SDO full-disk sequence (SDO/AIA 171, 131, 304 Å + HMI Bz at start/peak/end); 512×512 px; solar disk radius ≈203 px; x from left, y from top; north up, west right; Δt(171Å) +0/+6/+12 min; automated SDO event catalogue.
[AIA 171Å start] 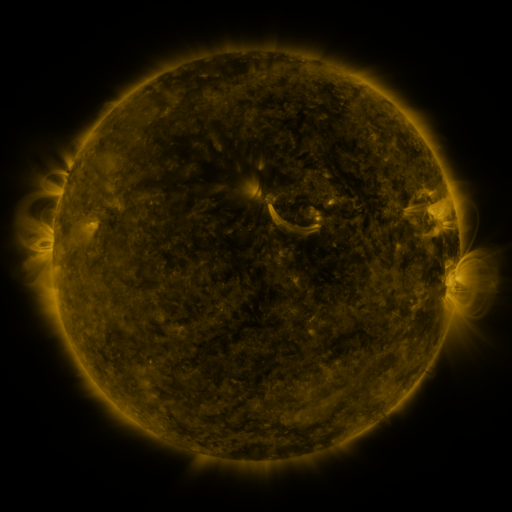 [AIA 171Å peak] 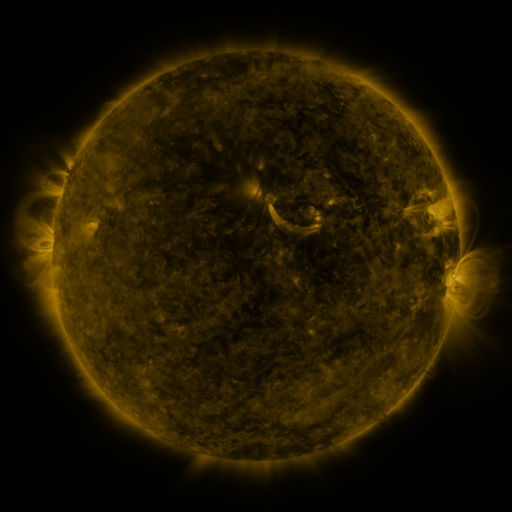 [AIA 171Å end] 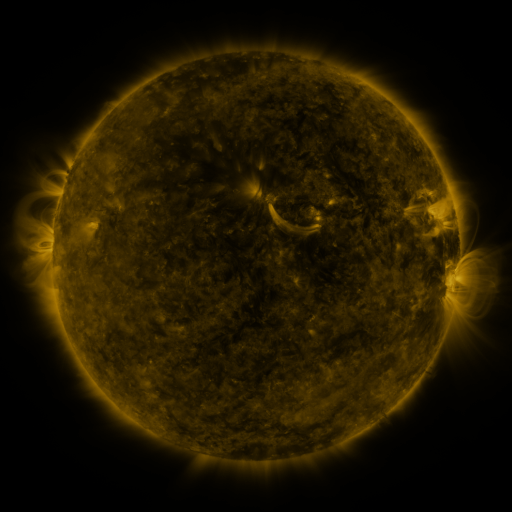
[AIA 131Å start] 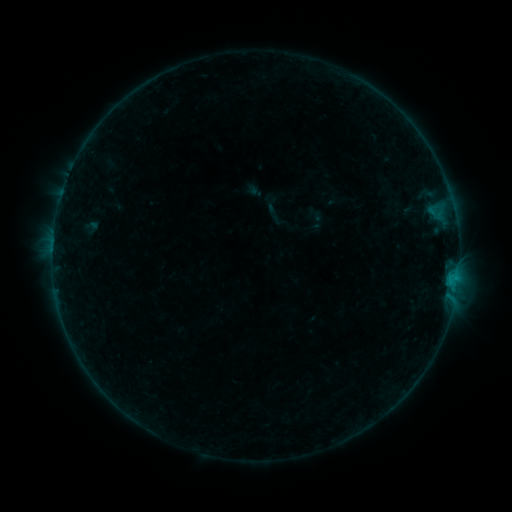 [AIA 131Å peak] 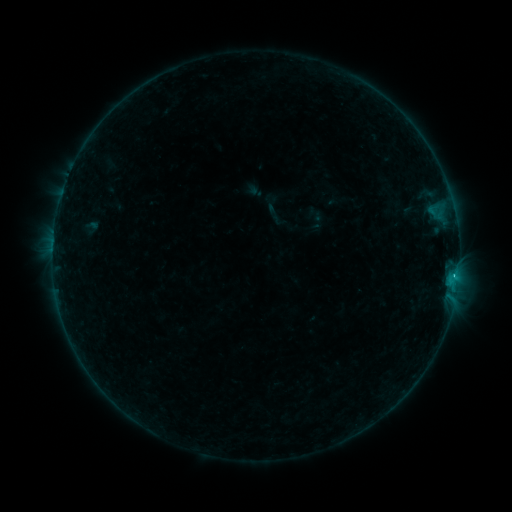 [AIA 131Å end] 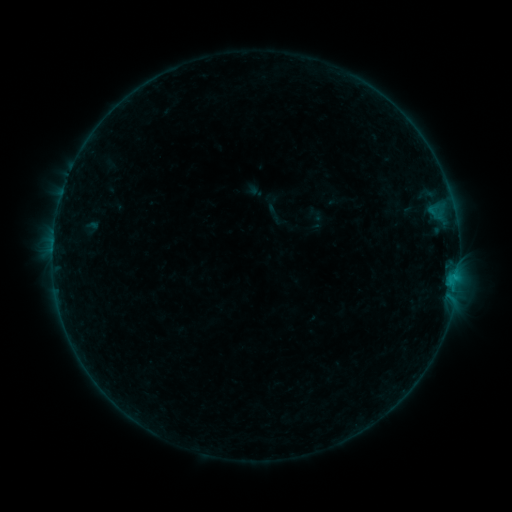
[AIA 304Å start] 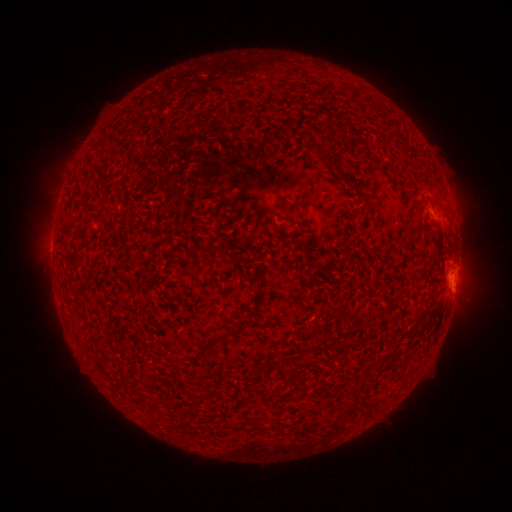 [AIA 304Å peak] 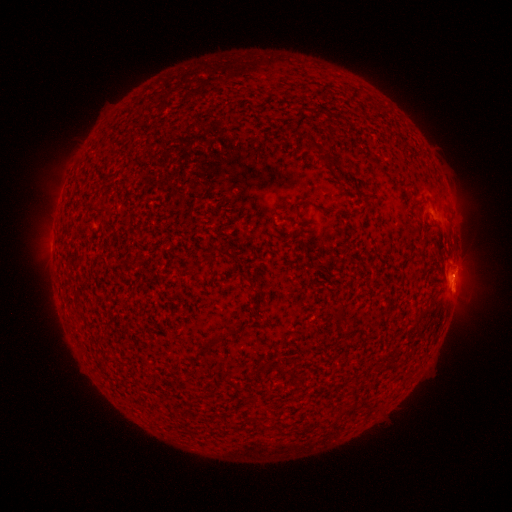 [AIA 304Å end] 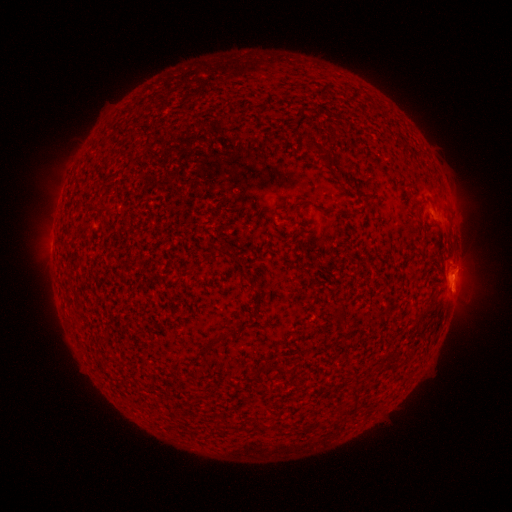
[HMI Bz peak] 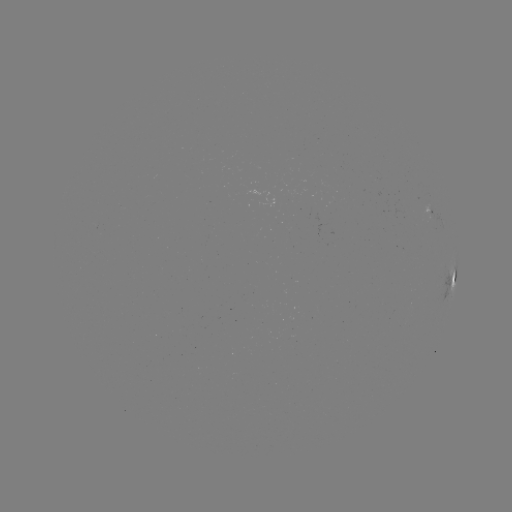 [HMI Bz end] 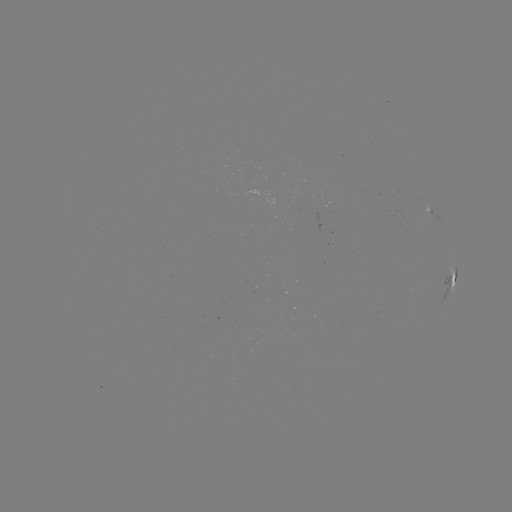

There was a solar flare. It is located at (453, 273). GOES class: B4.4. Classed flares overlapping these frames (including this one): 1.